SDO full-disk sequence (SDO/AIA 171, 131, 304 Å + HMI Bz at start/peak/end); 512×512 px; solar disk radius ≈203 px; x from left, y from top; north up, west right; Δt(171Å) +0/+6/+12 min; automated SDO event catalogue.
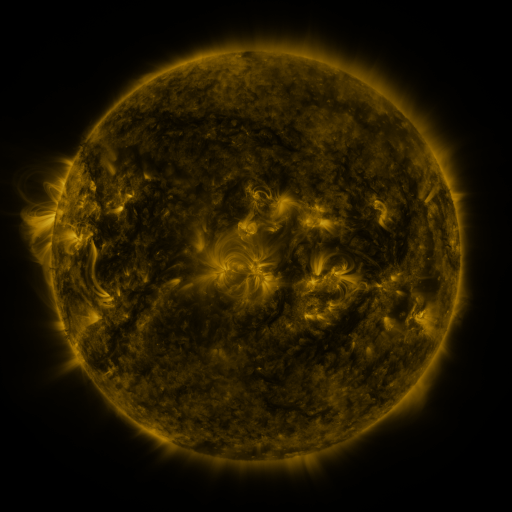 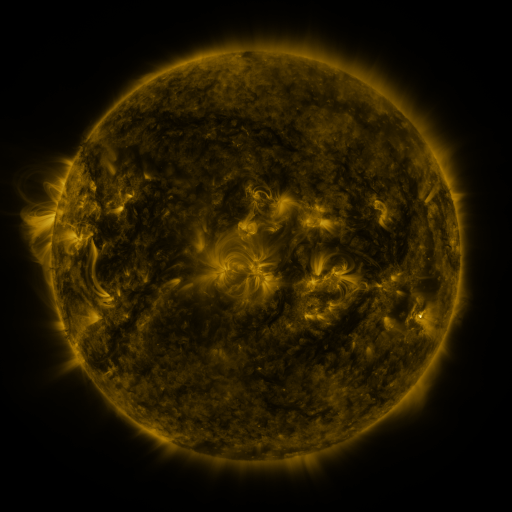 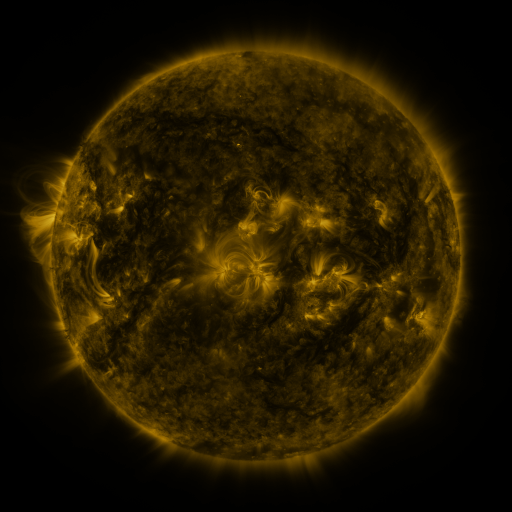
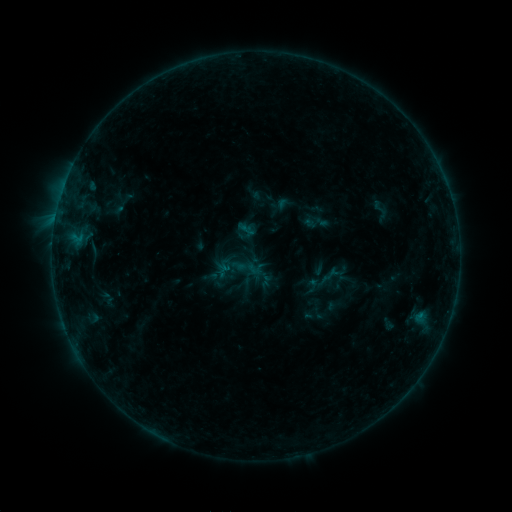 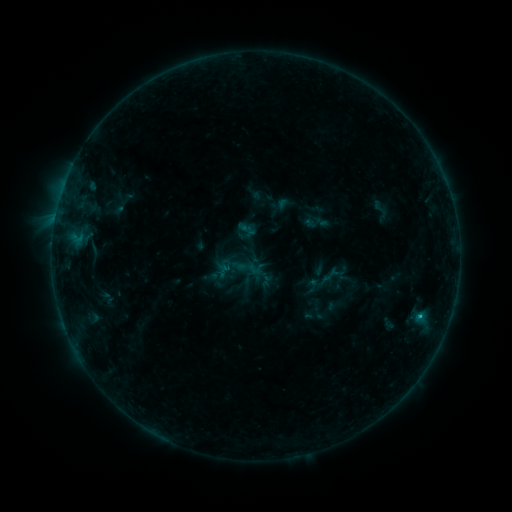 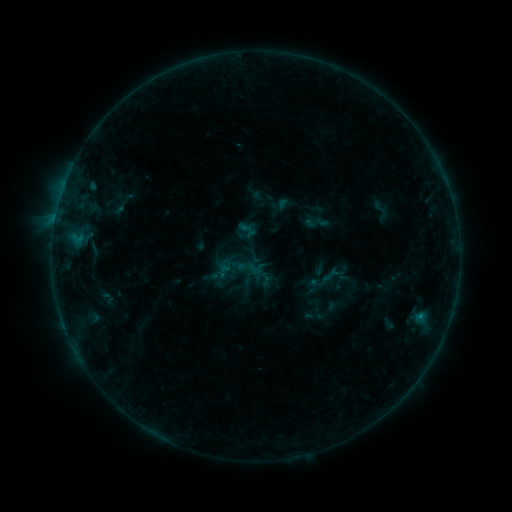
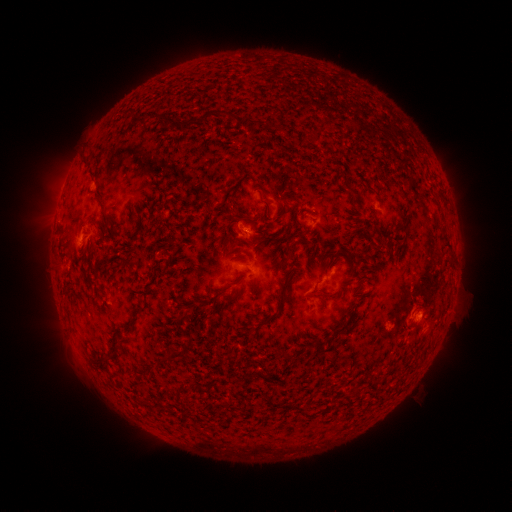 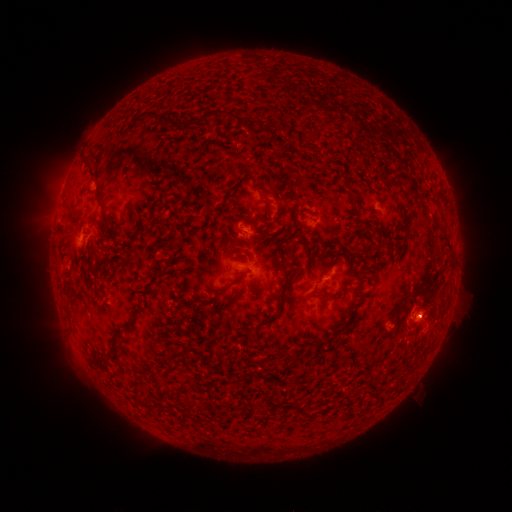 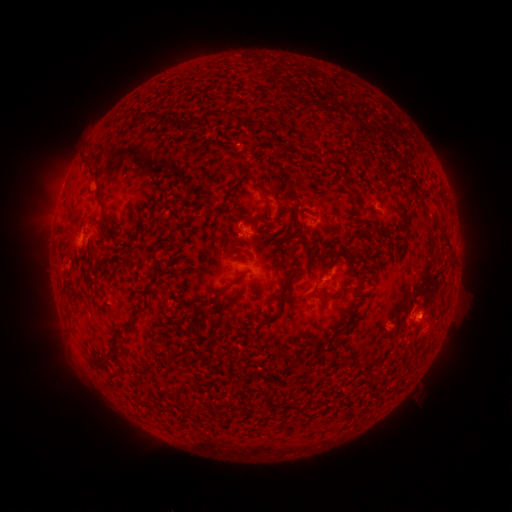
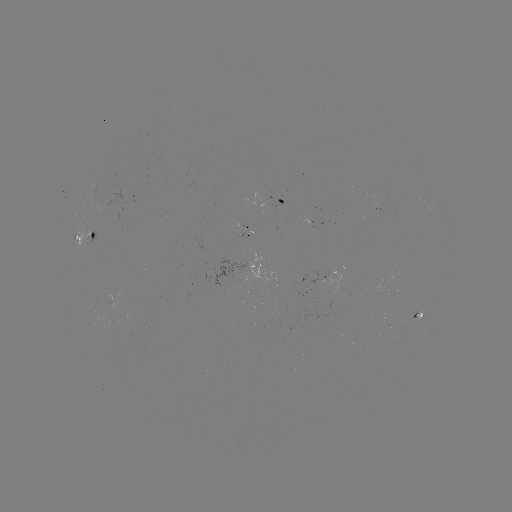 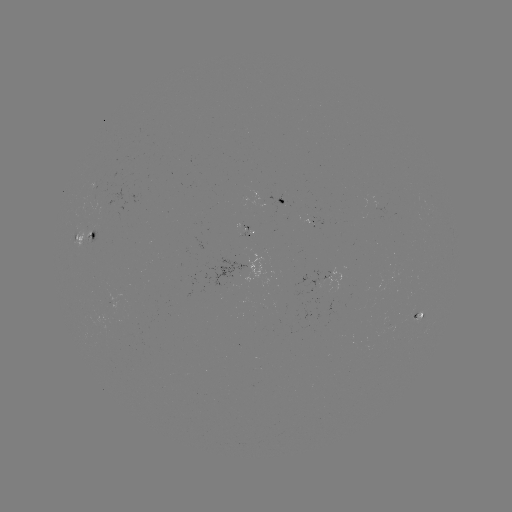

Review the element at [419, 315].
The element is B4.5 flare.